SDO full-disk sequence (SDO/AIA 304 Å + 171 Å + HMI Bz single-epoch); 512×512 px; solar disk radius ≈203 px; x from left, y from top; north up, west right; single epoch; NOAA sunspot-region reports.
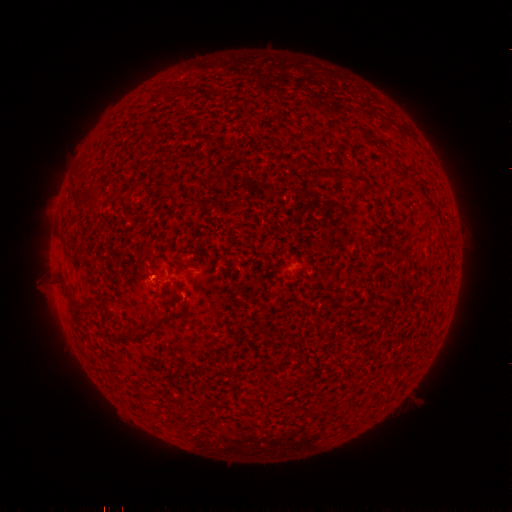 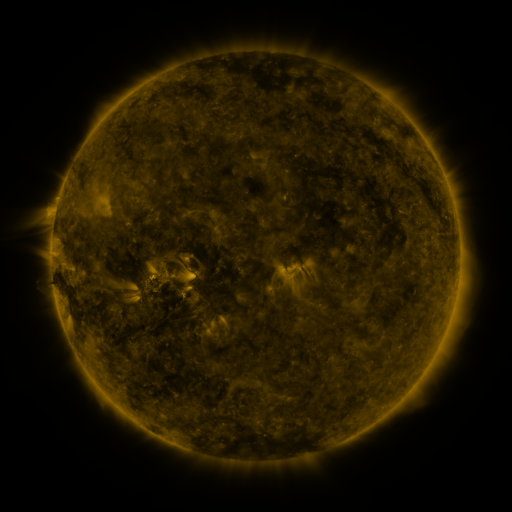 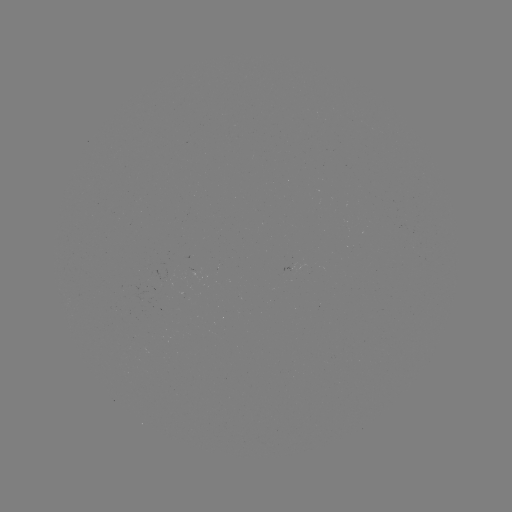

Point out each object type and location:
(none)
